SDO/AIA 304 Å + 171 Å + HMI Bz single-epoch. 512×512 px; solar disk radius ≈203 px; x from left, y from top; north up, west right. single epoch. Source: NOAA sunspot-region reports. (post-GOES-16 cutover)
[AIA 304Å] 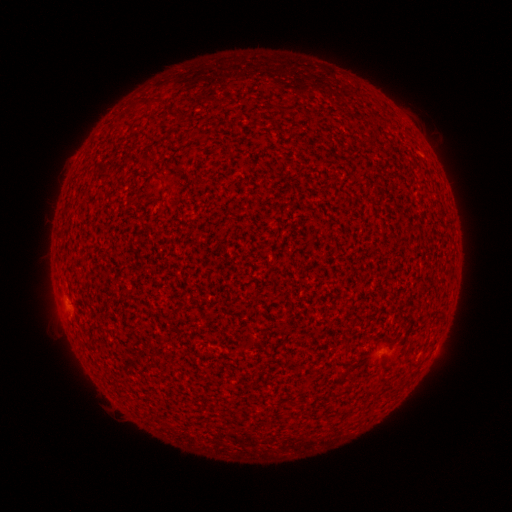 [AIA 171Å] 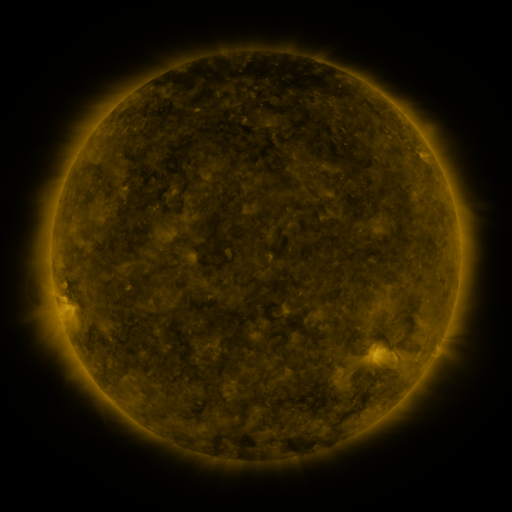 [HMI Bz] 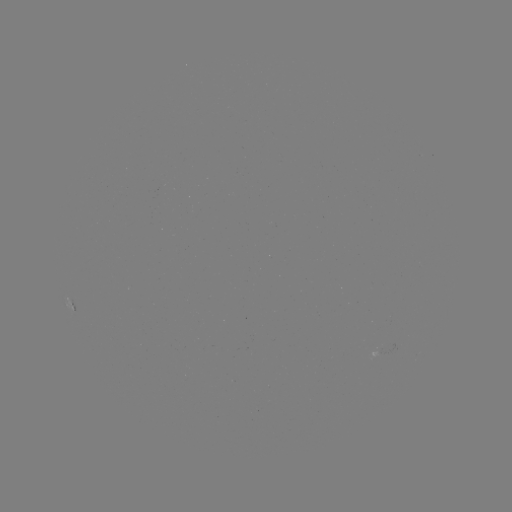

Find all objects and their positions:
spotted active region: (72, 309)
